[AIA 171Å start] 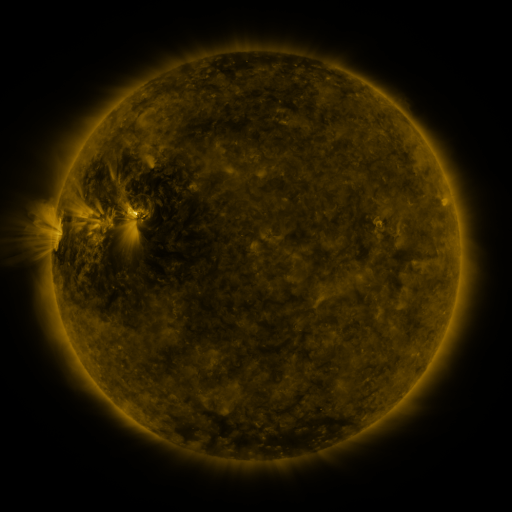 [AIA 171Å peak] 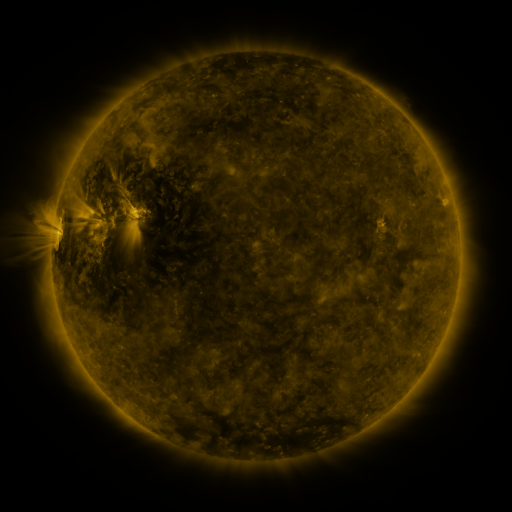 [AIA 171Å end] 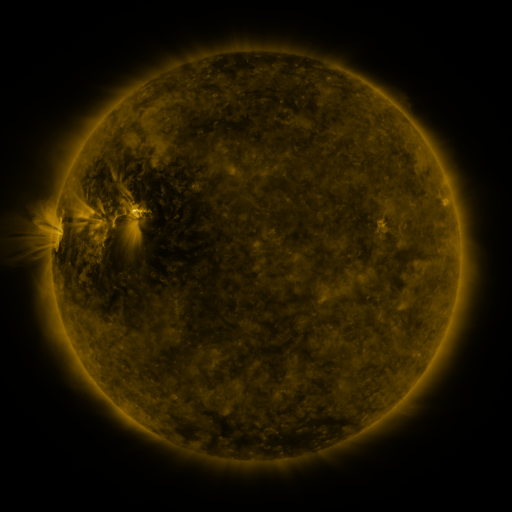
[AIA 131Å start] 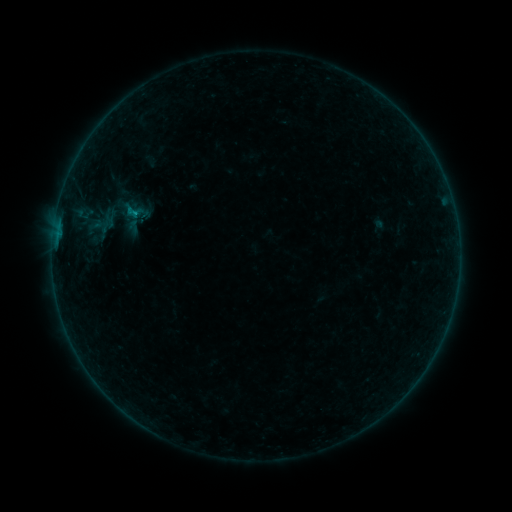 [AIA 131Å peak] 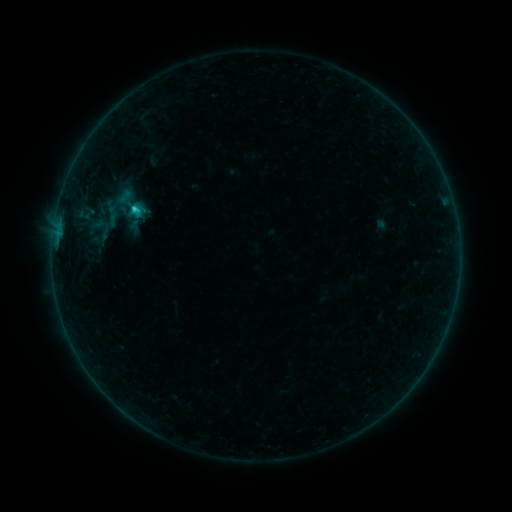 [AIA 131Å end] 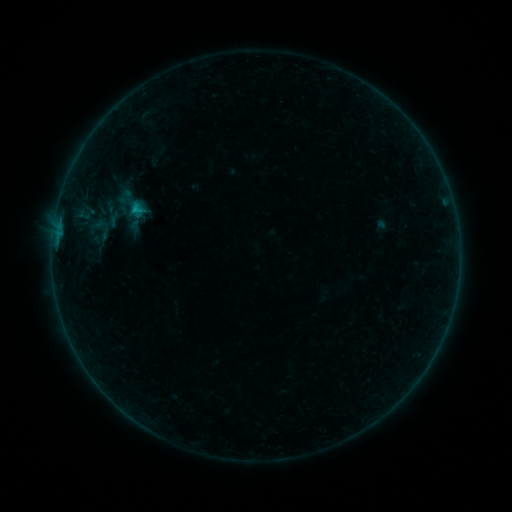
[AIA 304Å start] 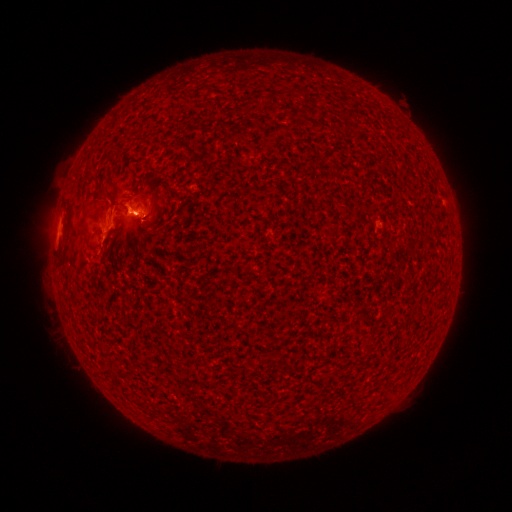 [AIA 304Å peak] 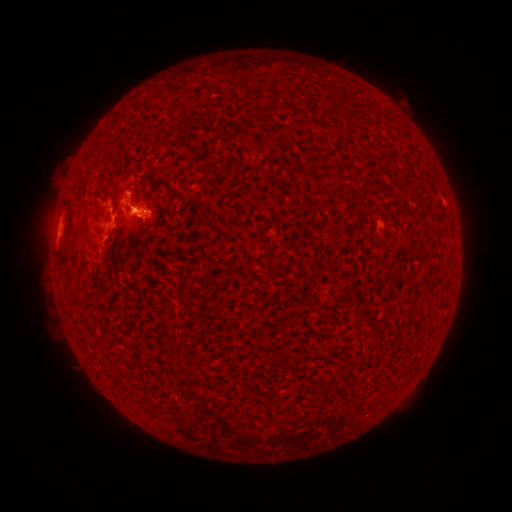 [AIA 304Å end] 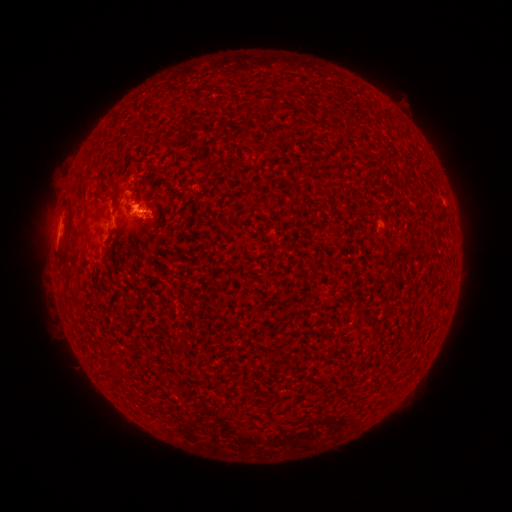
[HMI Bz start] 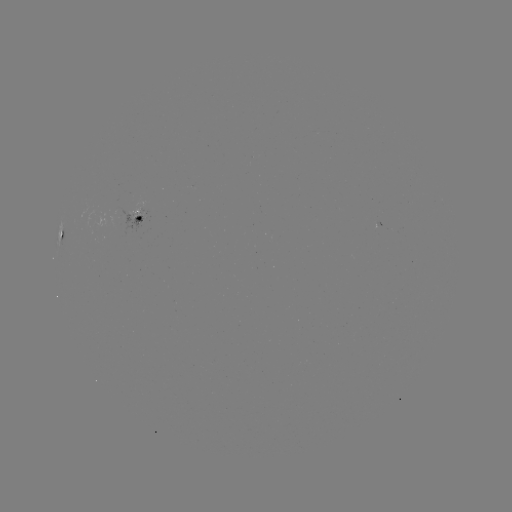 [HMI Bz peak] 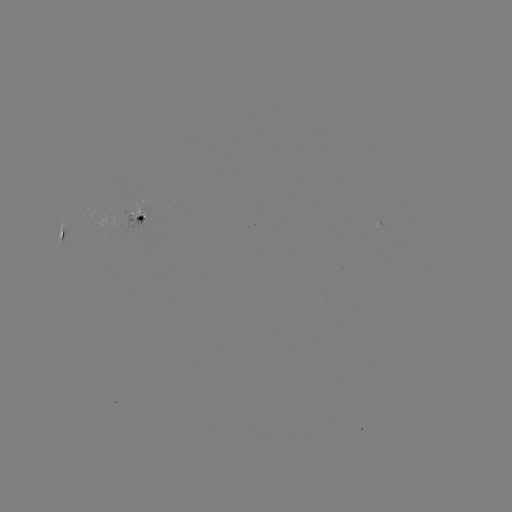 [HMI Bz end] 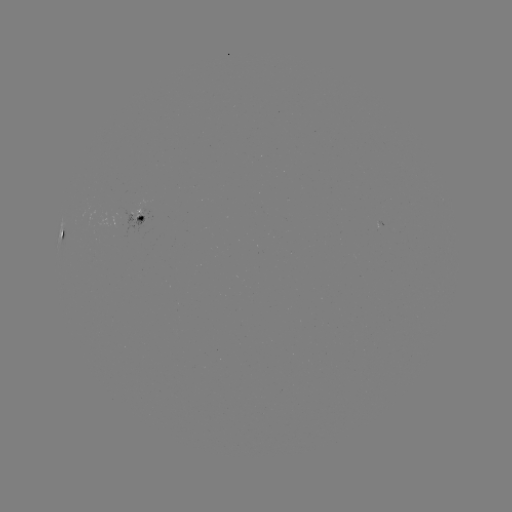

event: flare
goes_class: C1.2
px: (135, 210)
